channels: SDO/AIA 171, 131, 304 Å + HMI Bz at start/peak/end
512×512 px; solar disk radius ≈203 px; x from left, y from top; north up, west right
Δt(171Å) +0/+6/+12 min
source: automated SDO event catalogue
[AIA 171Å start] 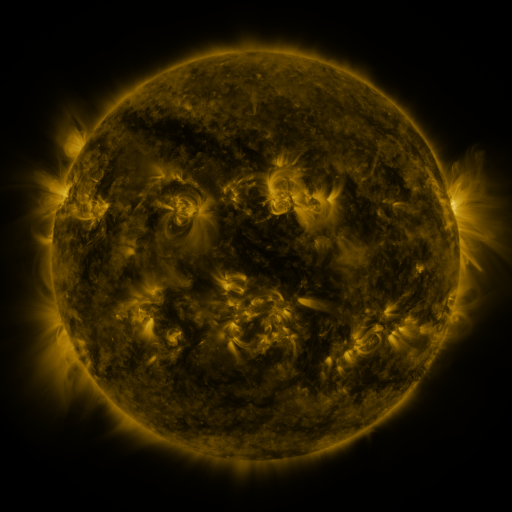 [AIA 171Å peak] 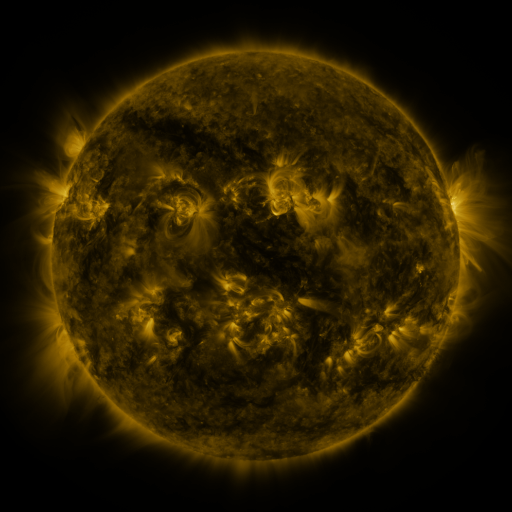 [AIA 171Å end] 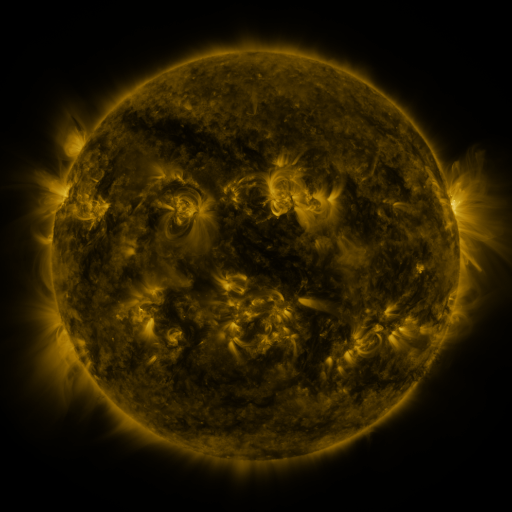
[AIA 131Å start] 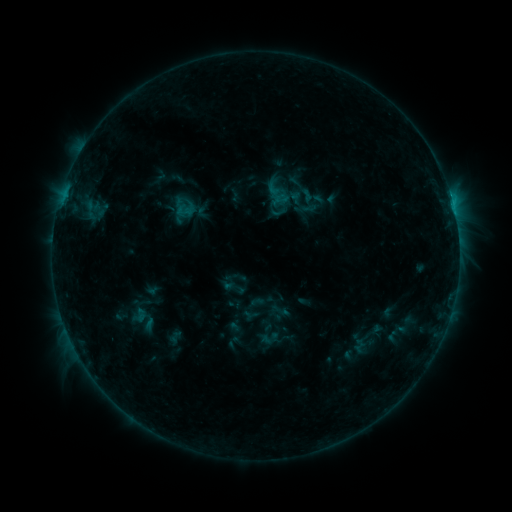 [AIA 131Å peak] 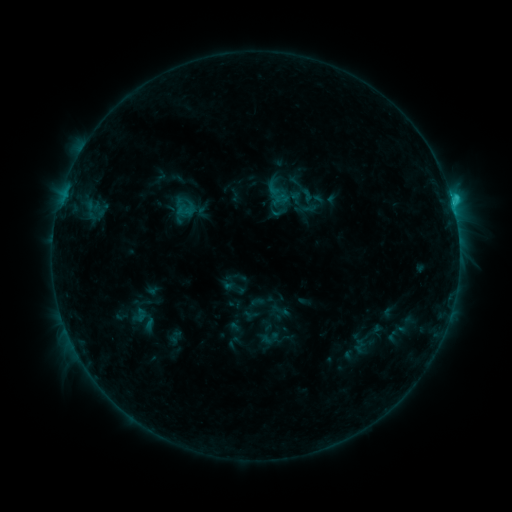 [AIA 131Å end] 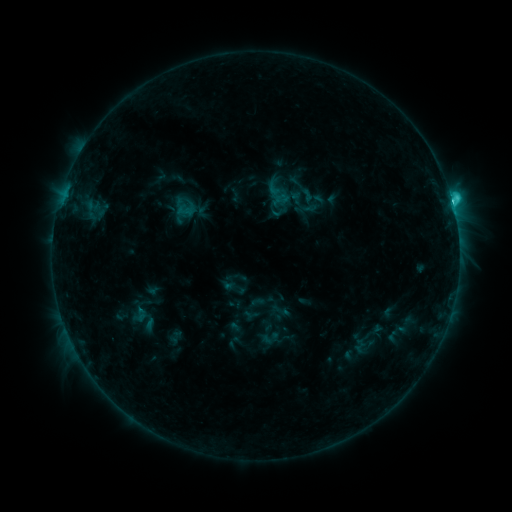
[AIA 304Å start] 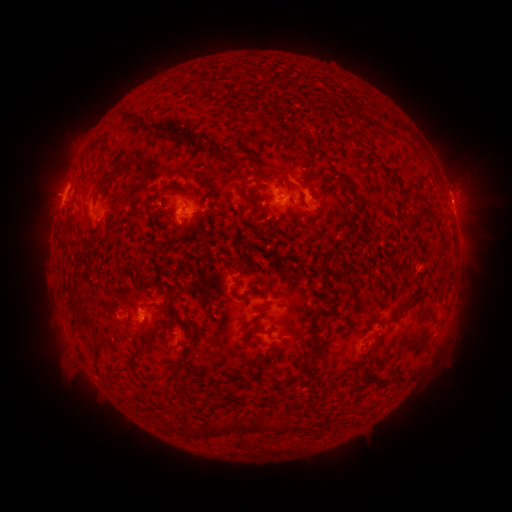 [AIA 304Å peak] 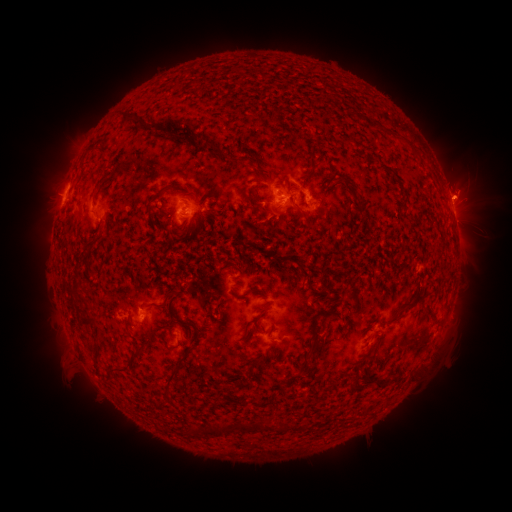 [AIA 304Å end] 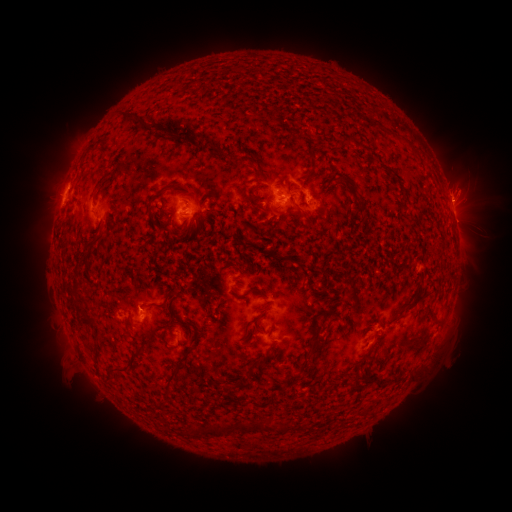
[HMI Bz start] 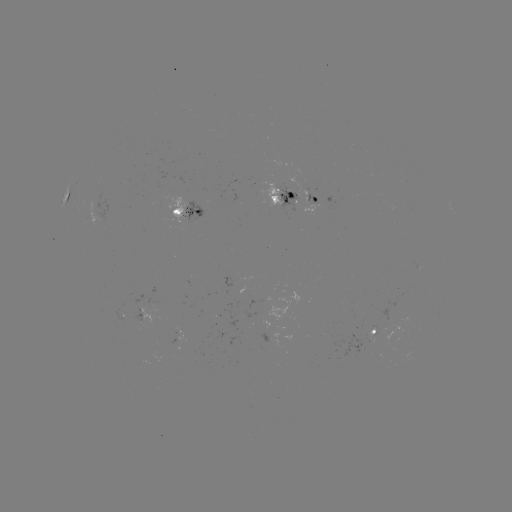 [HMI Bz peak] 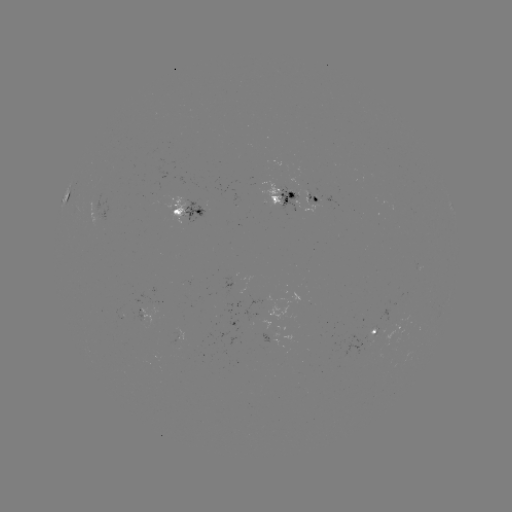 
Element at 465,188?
eruption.